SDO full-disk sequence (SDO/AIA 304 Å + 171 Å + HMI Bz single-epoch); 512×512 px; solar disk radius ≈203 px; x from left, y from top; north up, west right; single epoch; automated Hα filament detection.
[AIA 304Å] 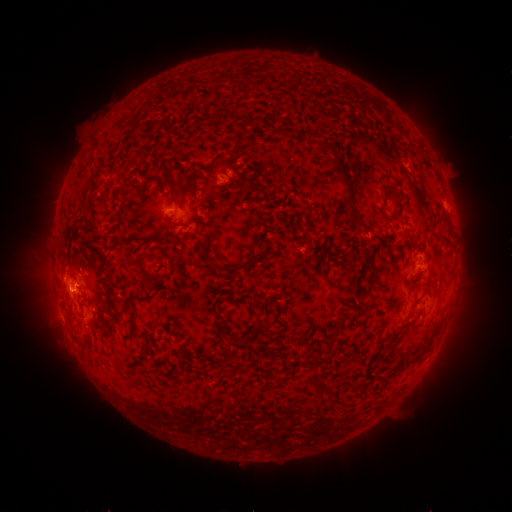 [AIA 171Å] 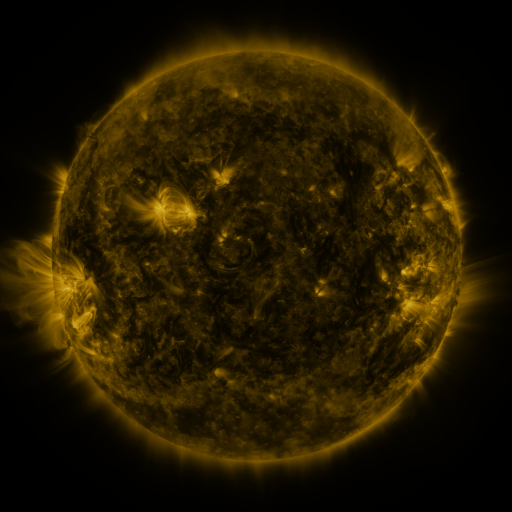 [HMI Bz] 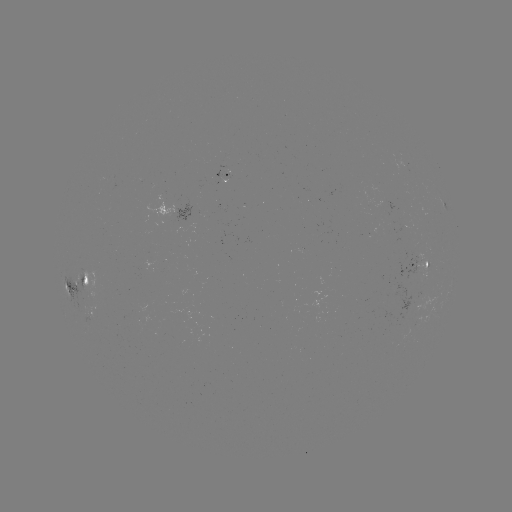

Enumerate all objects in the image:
filament: (202, 124, 215, 133)
filament: (331, 158, 341, 166)
filament: (185, 166, 194, 177)
filament: (141, 180, 154, 189)
filament: (385, 185, 402, 204)
filament: (188, 194, 196, 206)
filament: (377, 194, 390, 226)
filament: (346, 204, 369, 228)
filament: (206, 217, 214, 246)
filament: (179, 221, 192, 229)
filament: (205, 248, 256, 275)
filament: (319, 249, 329, 261)
filament: (126, 254, 150, 327)
filament: (342, 259, 358, 273)
filament: (422, 279, 435, 285)
filament: (216, 305, 227, 339)
filament: (249, 318, 272, 339)
filament: (412, 320, 422, 327)
filament: (381, 343, 390, 353)
